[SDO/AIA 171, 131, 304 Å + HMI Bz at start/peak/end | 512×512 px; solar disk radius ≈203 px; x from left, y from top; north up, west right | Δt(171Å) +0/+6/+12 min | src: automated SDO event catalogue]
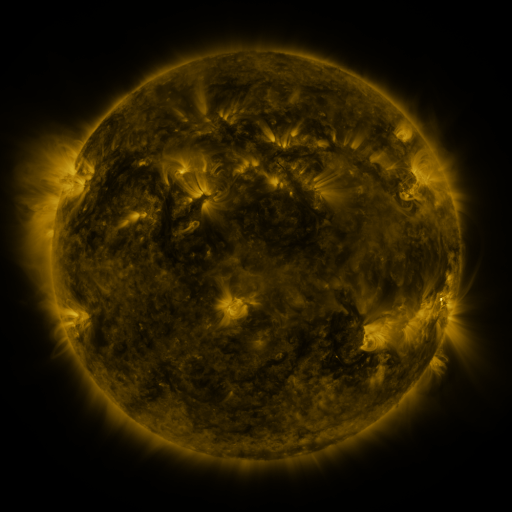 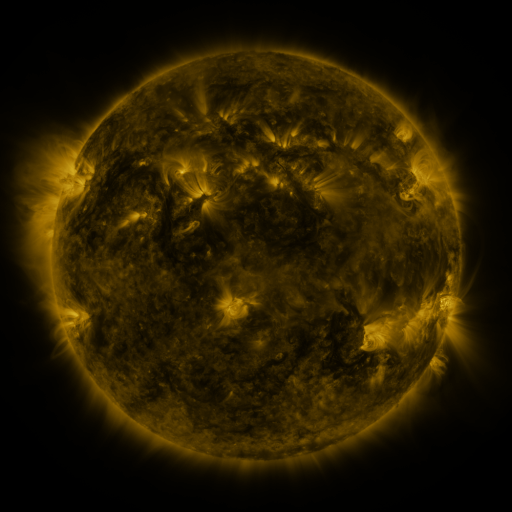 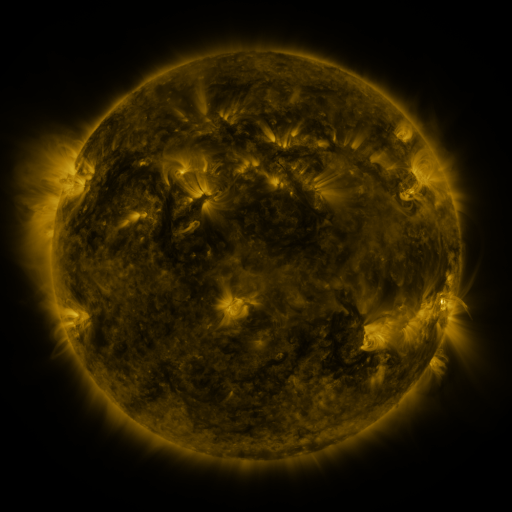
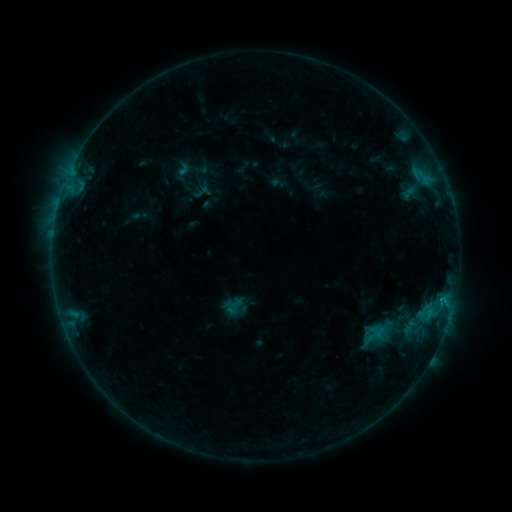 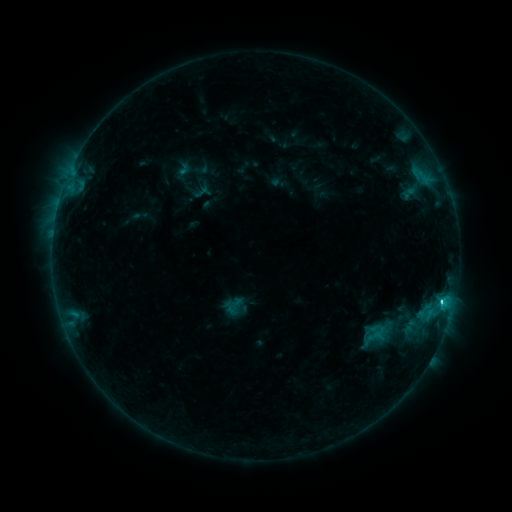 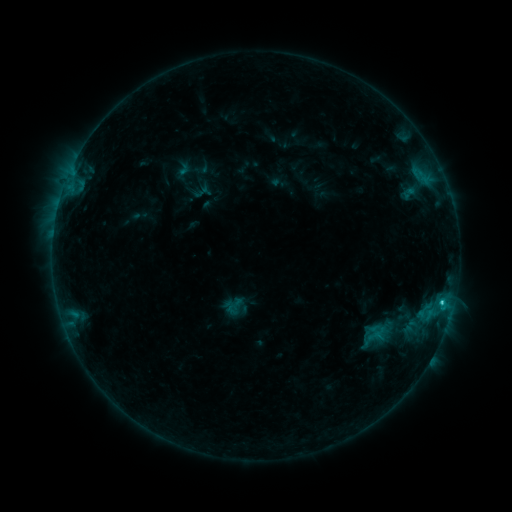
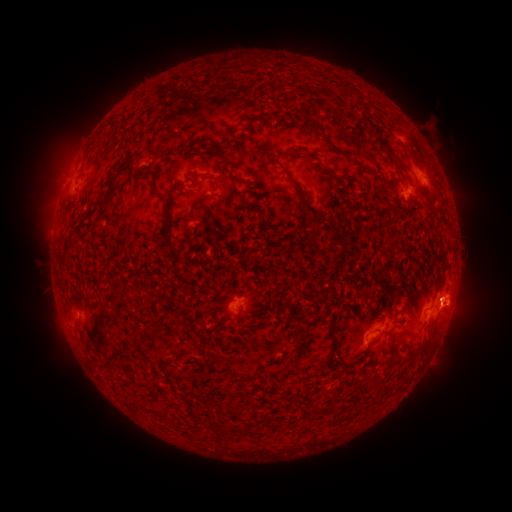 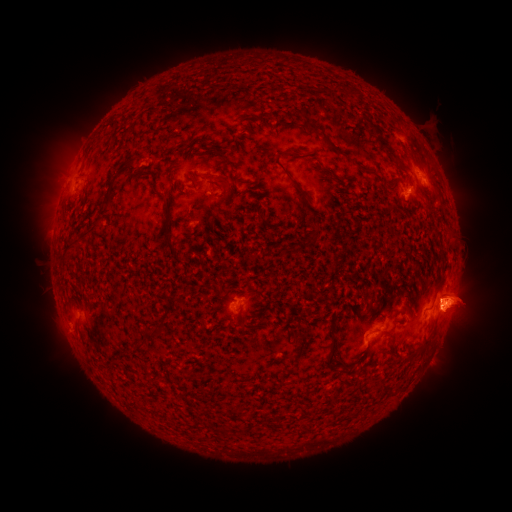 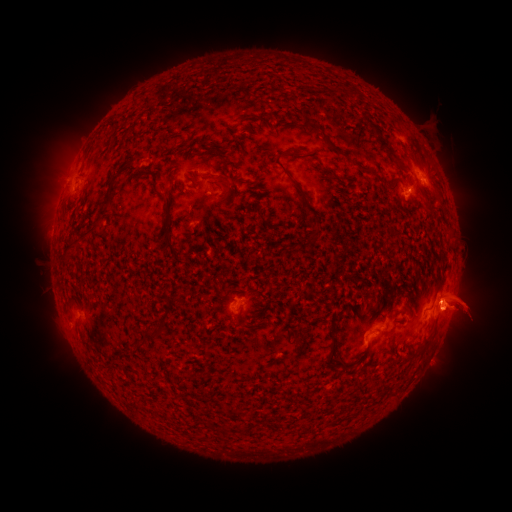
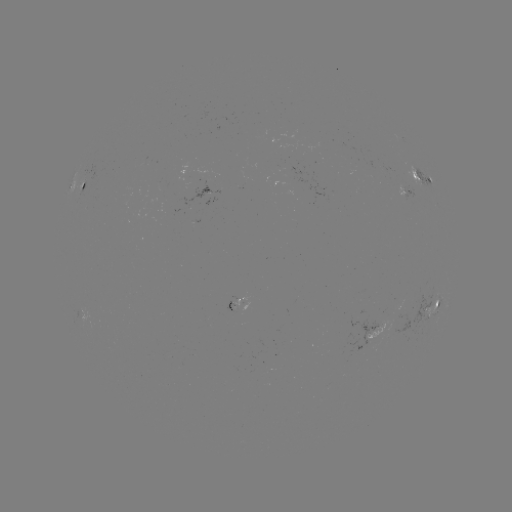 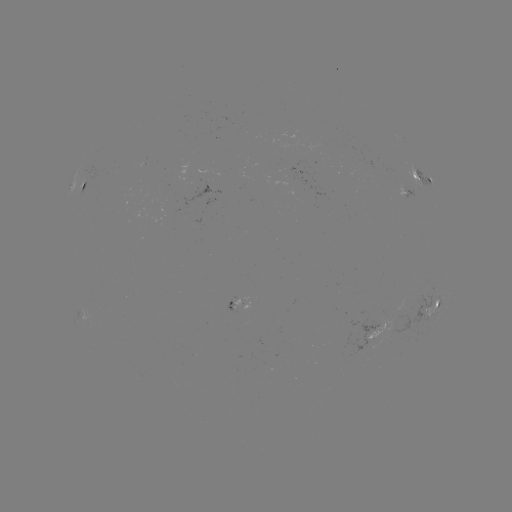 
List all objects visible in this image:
C1.5 flare: (442, 300)
